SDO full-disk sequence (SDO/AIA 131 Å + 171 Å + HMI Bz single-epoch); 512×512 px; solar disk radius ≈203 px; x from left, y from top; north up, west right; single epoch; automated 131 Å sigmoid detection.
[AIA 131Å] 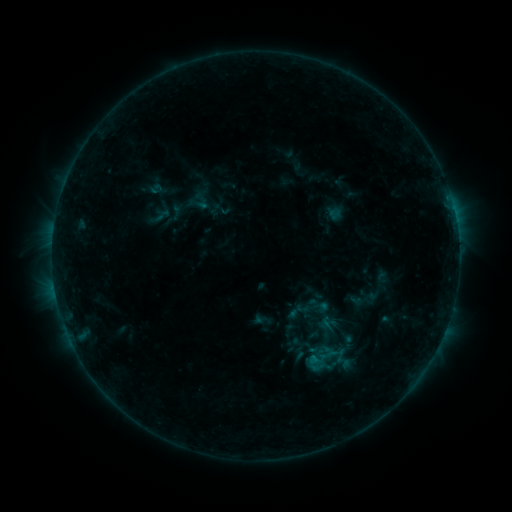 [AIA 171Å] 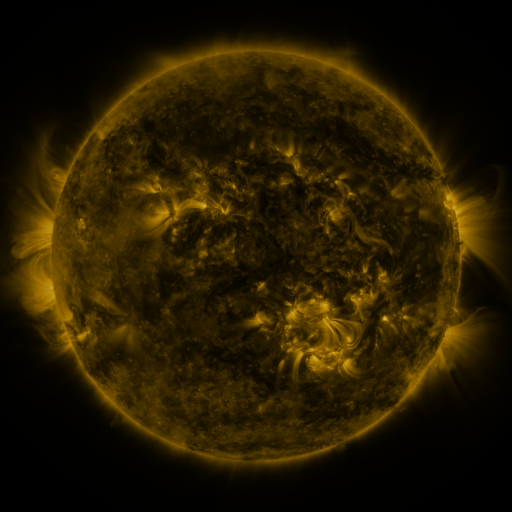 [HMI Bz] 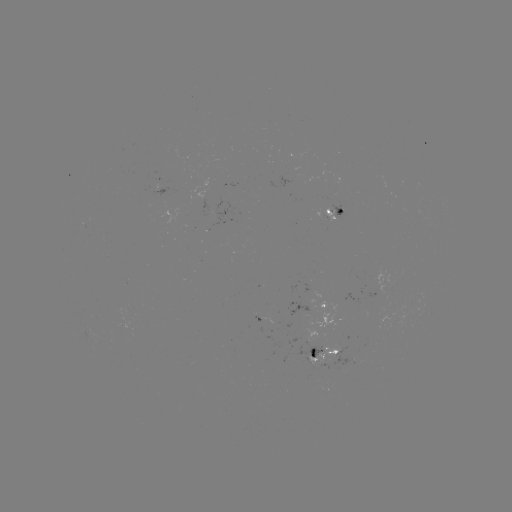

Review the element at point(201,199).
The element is sigmoid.